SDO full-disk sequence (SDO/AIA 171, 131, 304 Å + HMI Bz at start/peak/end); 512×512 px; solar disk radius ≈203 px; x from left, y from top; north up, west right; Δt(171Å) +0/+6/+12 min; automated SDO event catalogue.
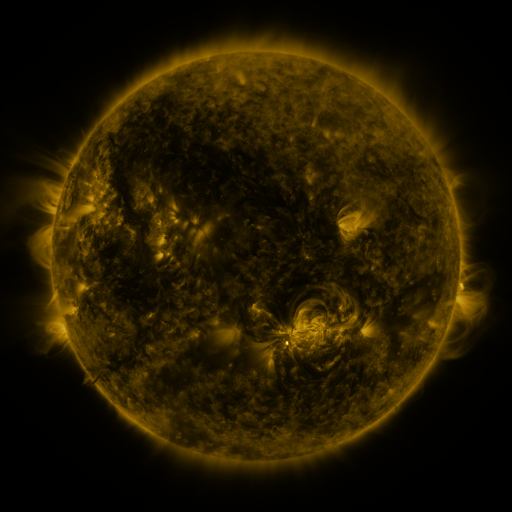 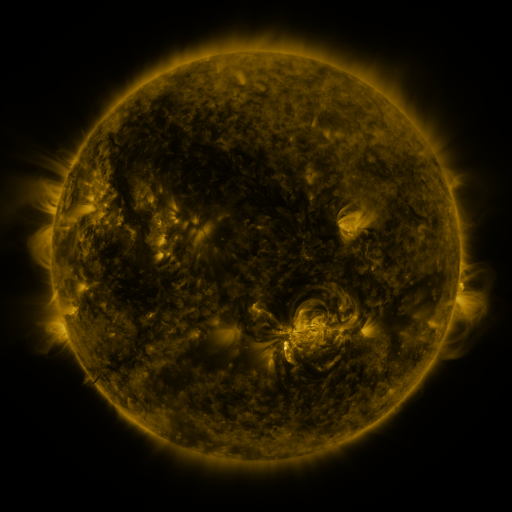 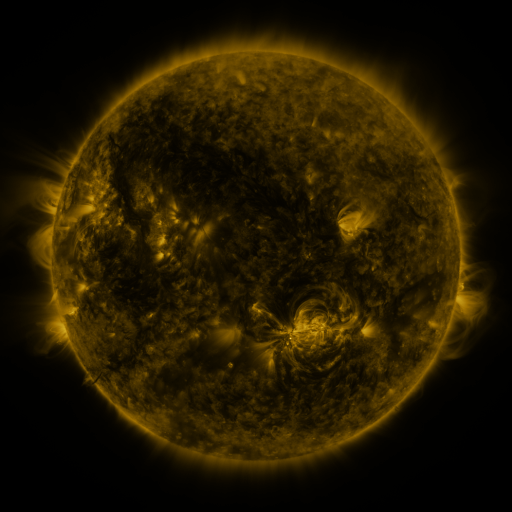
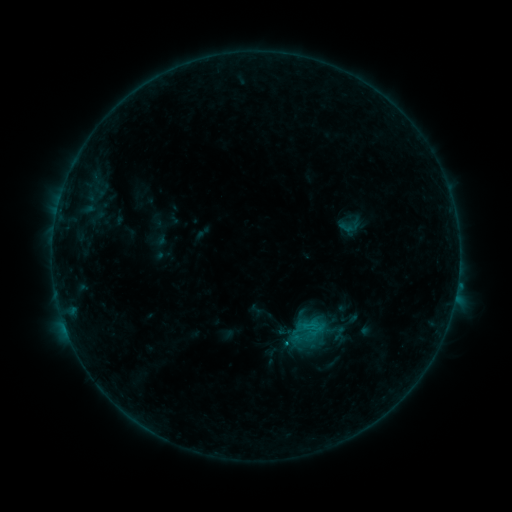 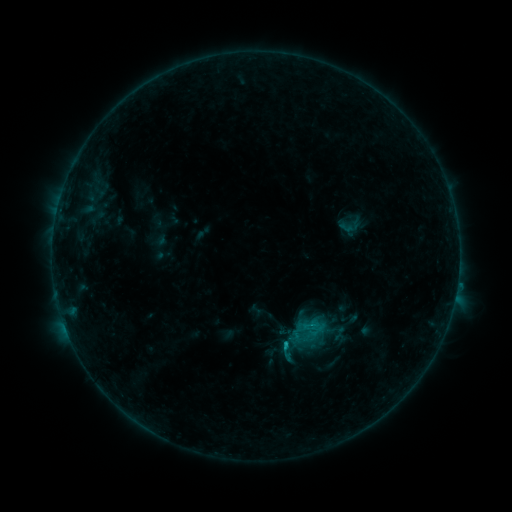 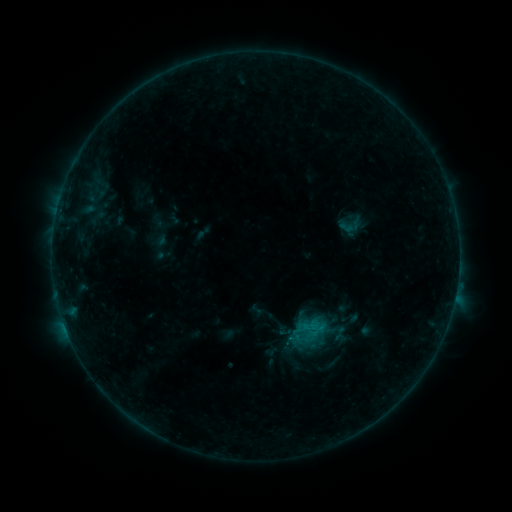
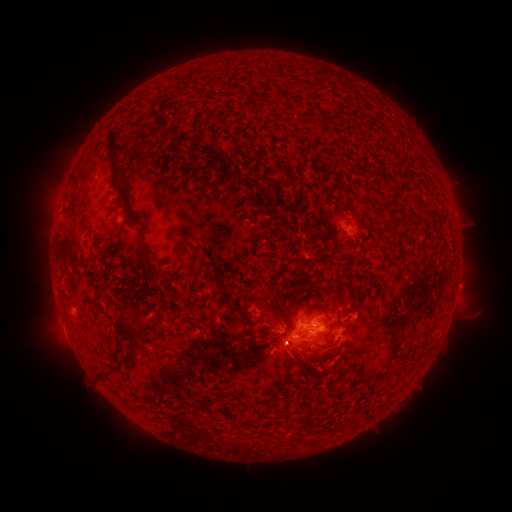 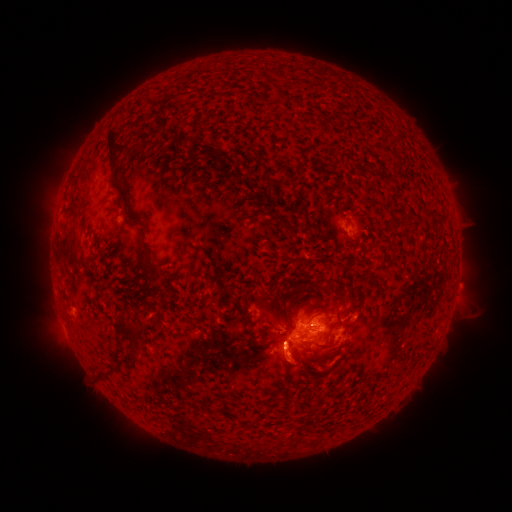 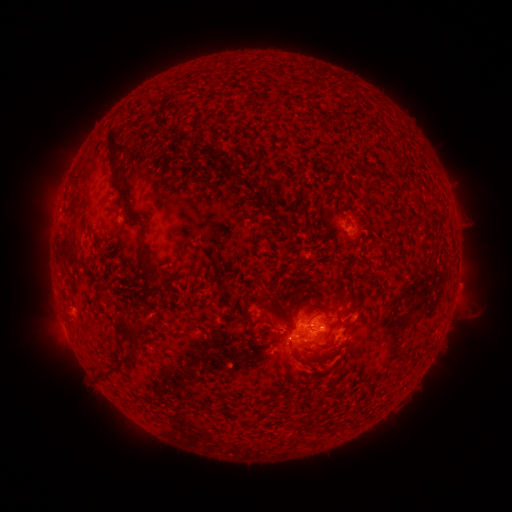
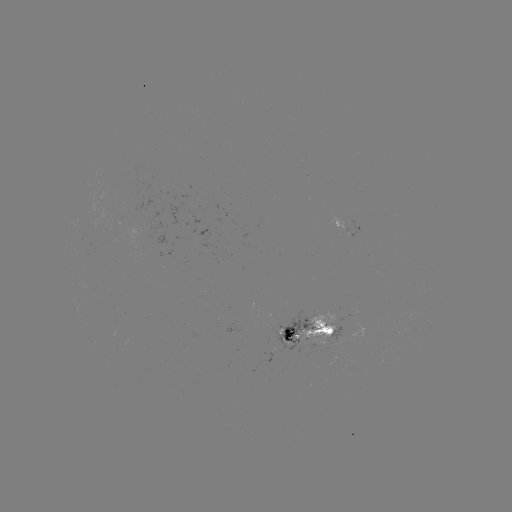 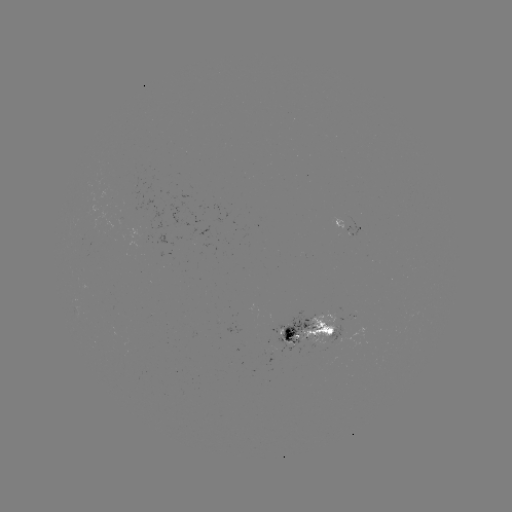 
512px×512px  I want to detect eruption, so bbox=[252, 312, 329, 391].